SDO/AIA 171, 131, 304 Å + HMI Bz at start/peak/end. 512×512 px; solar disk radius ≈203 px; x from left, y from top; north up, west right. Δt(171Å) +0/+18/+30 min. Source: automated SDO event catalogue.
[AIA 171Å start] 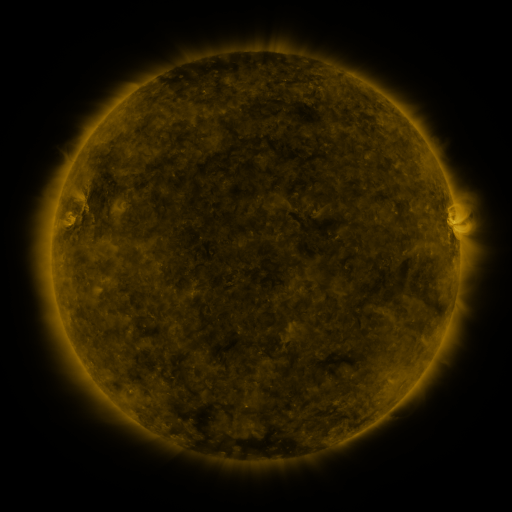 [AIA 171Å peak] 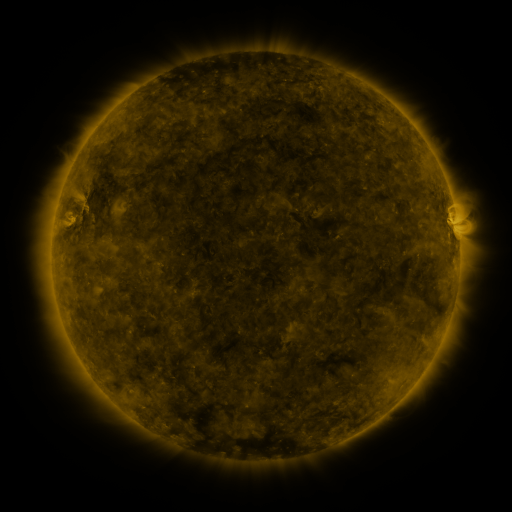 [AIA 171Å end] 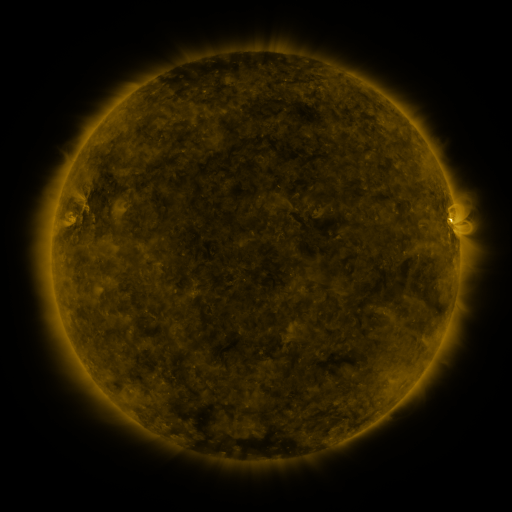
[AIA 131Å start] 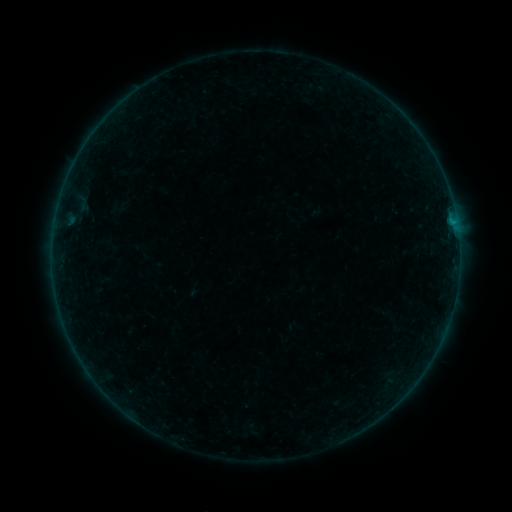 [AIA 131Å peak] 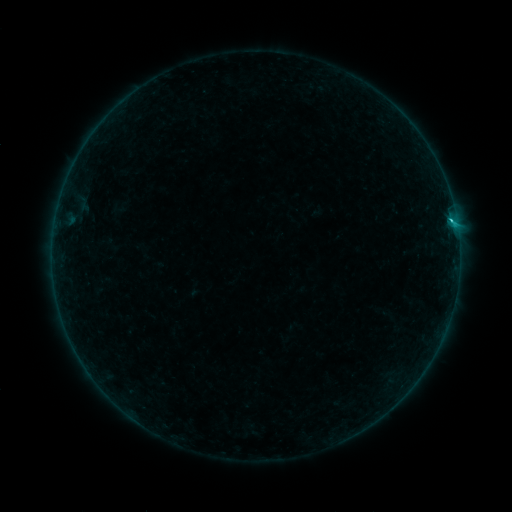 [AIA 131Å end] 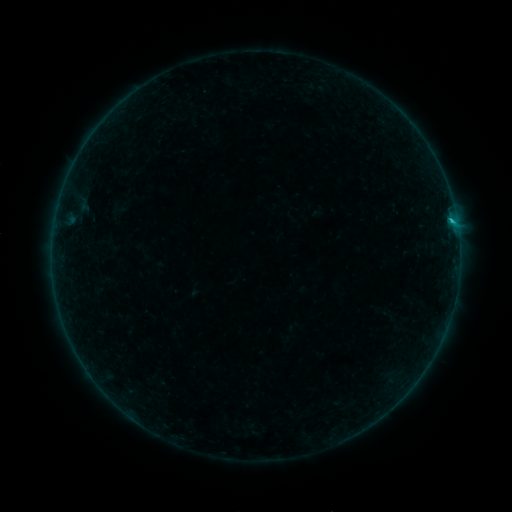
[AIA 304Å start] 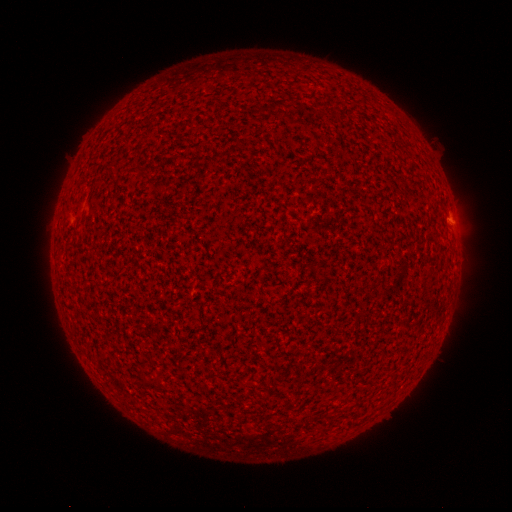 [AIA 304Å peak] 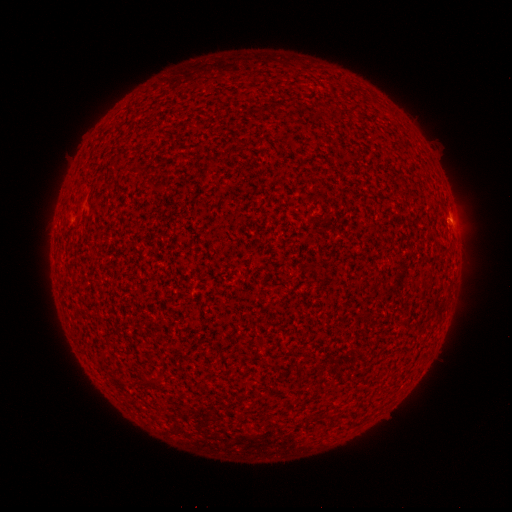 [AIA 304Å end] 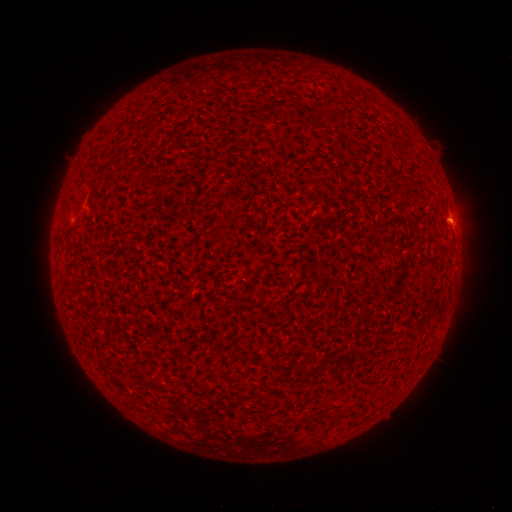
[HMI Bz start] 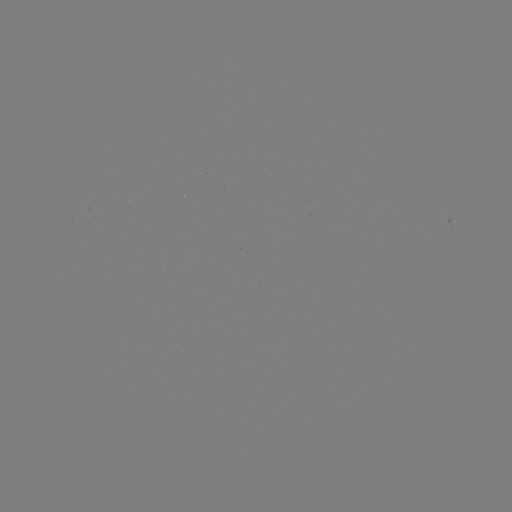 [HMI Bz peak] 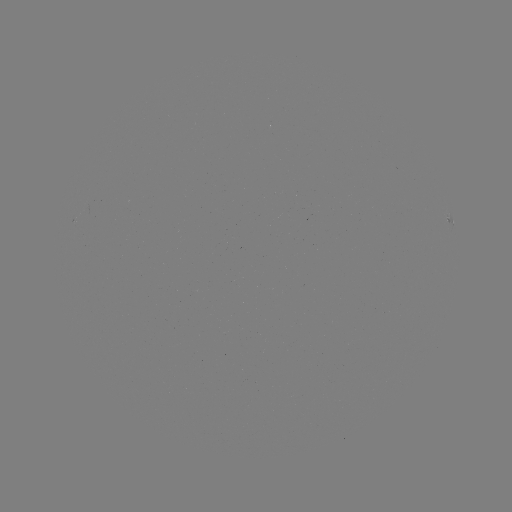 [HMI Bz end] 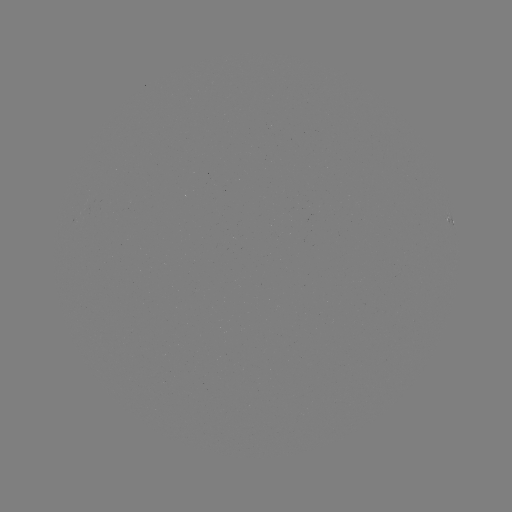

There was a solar flare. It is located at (450, 221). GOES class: B8.6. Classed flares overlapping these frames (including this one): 2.